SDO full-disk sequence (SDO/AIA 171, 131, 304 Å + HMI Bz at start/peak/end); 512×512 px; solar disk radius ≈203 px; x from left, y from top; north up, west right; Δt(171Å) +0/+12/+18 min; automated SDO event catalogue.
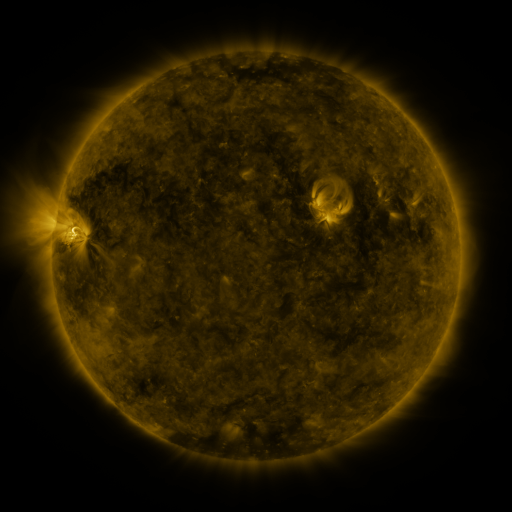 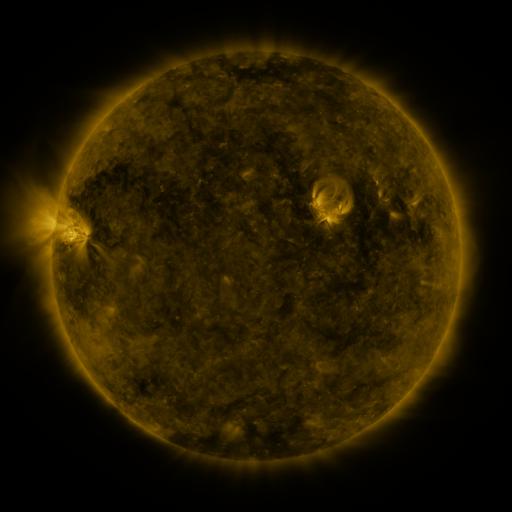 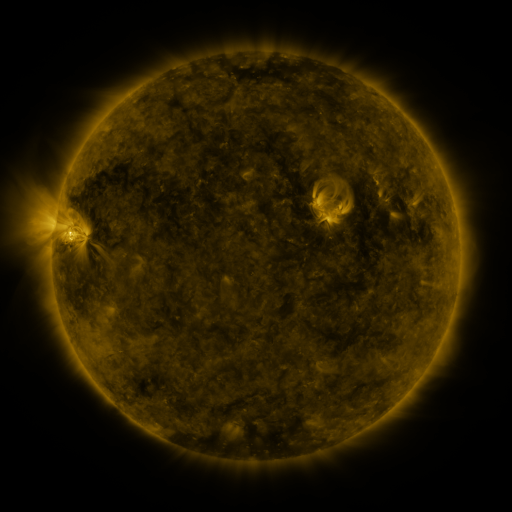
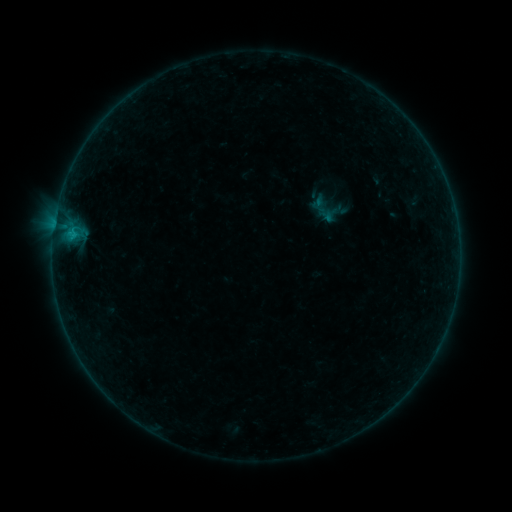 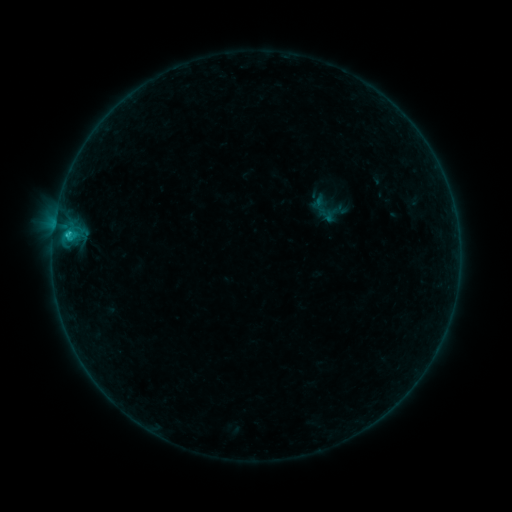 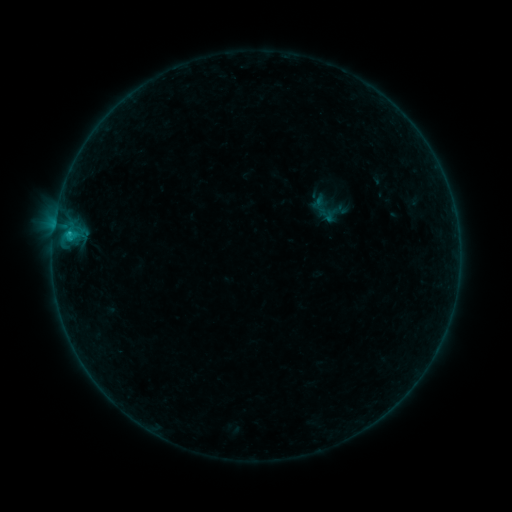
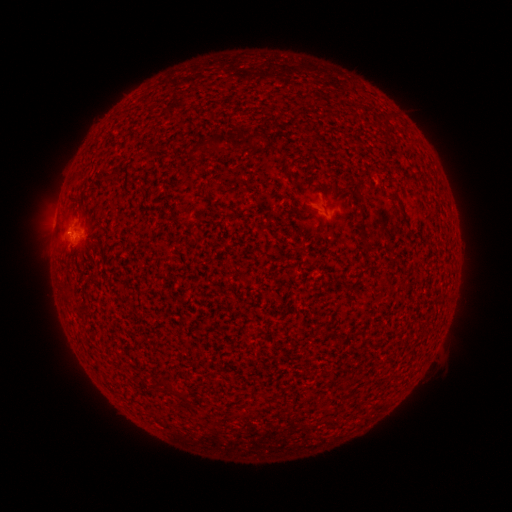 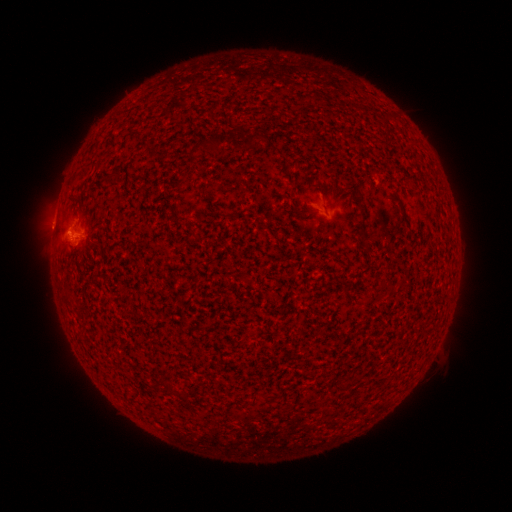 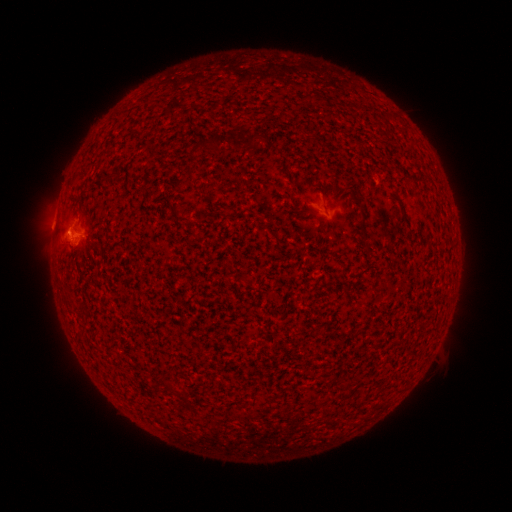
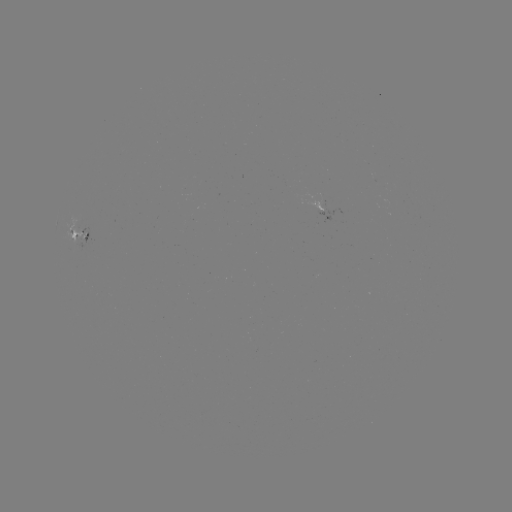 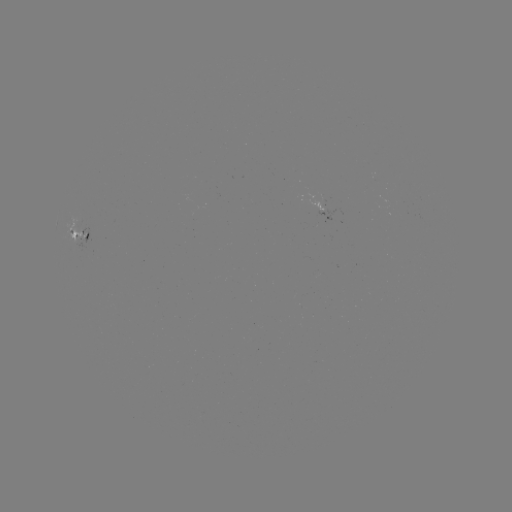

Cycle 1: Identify B8.1 flare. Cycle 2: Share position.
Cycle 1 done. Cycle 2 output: [69, 237].